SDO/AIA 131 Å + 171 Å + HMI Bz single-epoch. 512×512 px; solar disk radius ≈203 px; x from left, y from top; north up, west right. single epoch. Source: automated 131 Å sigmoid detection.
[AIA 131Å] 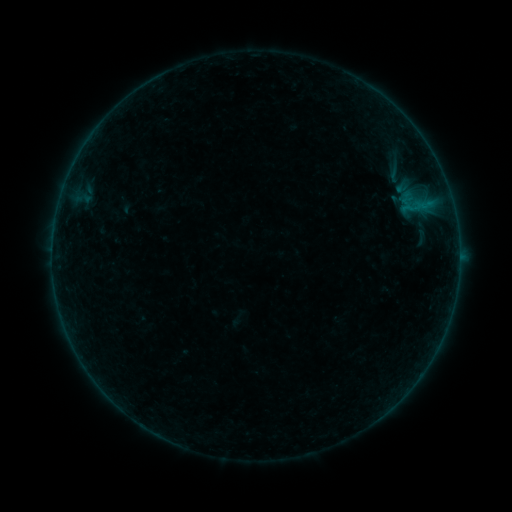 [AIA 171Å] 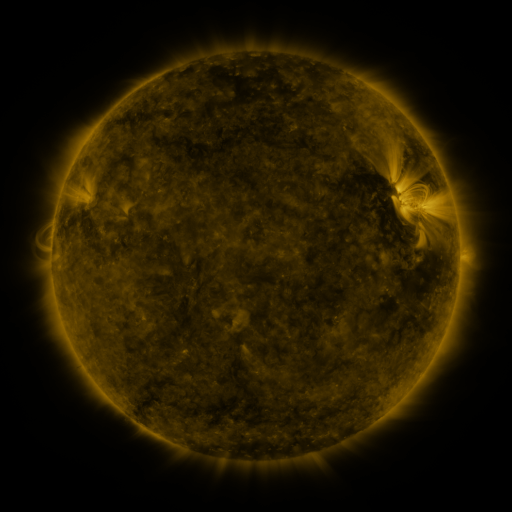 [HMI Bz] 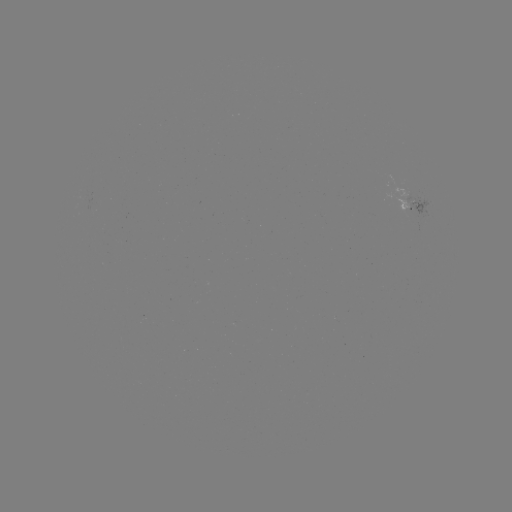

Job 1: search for sigmoid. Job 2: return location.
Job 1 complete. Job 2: (396, 172).